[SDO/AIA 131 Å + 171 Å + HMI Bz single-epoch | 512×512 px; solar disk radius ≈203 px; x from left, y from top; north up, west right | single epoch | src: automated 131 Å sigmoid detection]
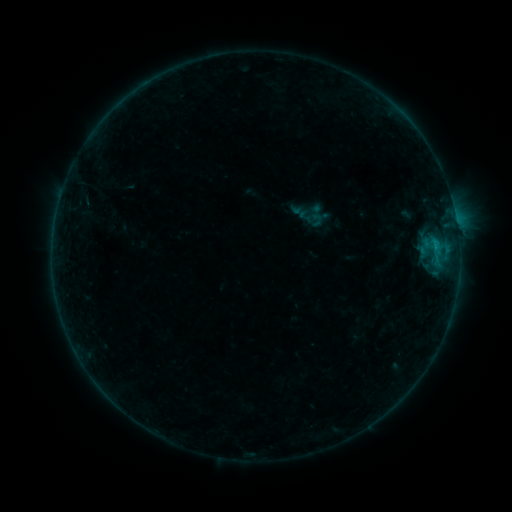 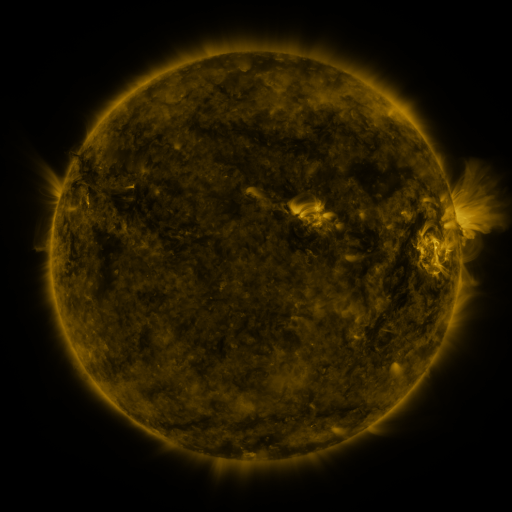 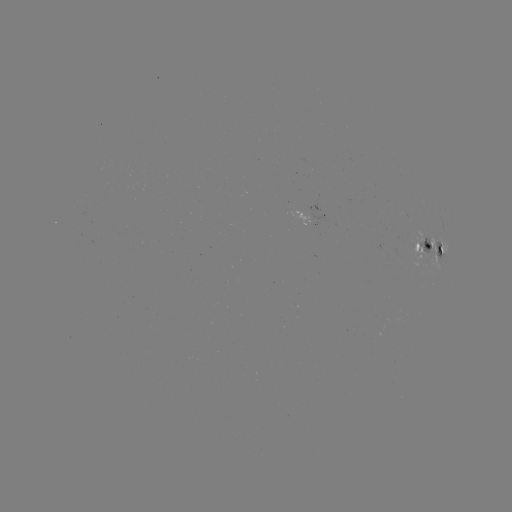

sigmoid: (113, 175, 133, 198)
